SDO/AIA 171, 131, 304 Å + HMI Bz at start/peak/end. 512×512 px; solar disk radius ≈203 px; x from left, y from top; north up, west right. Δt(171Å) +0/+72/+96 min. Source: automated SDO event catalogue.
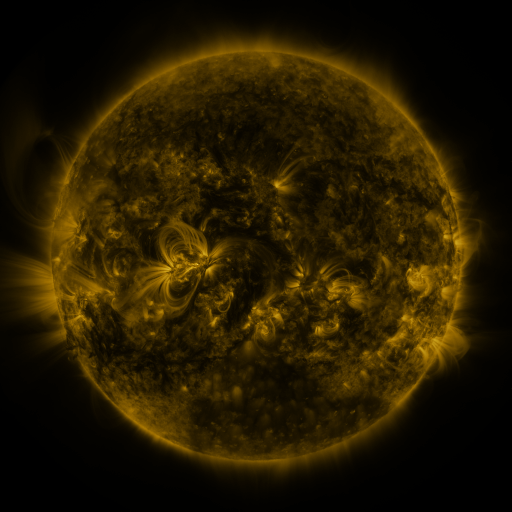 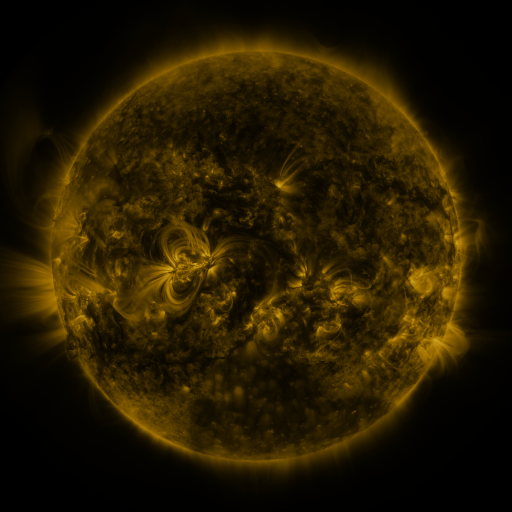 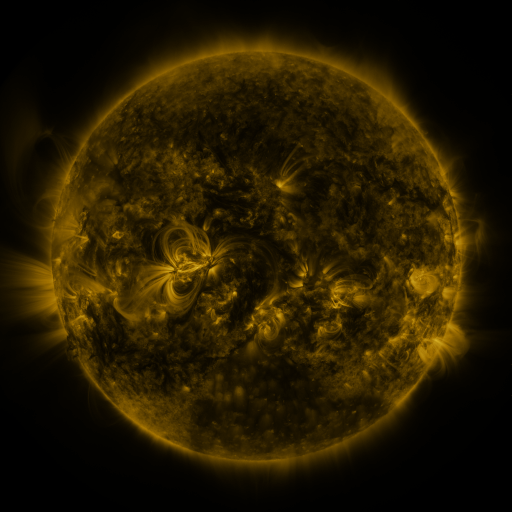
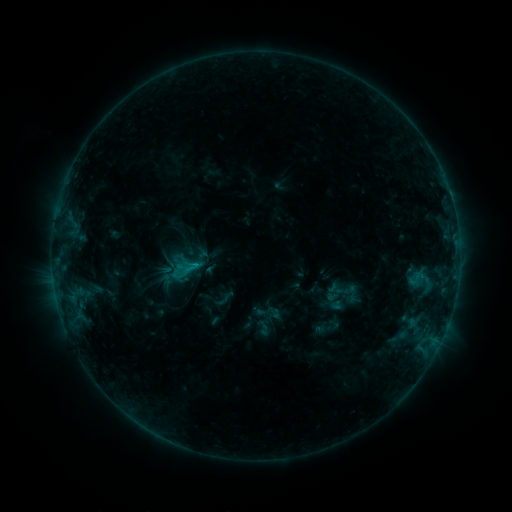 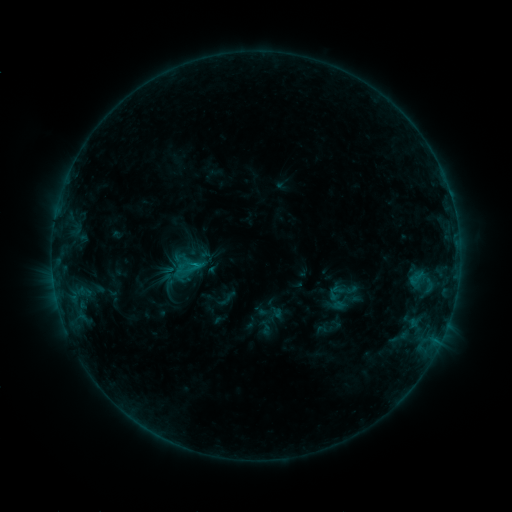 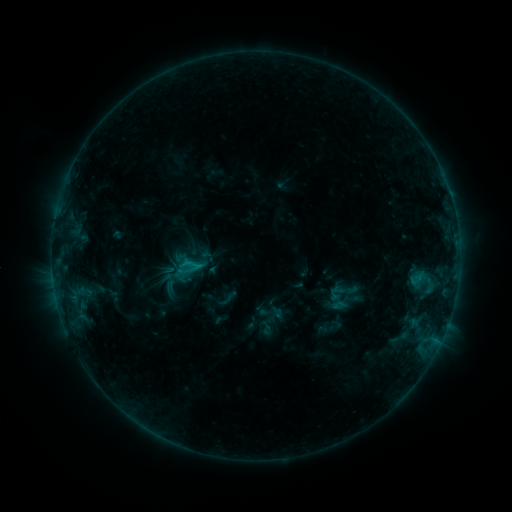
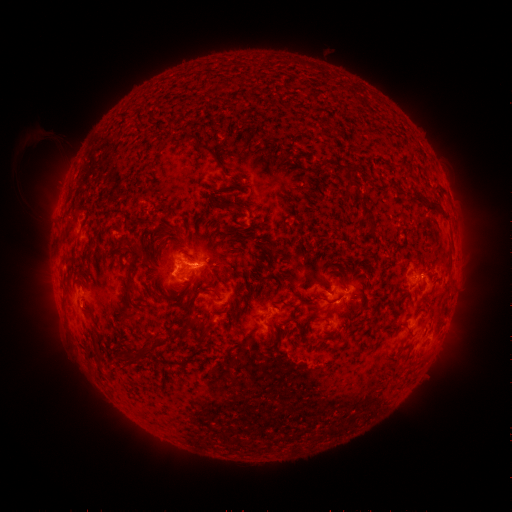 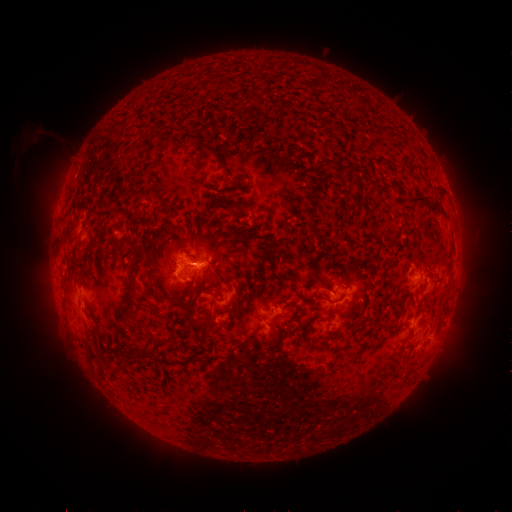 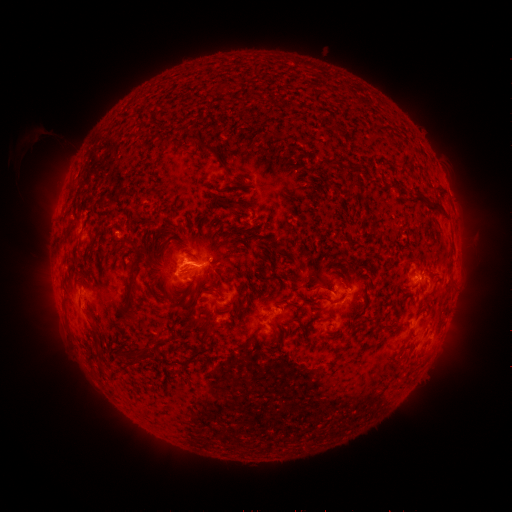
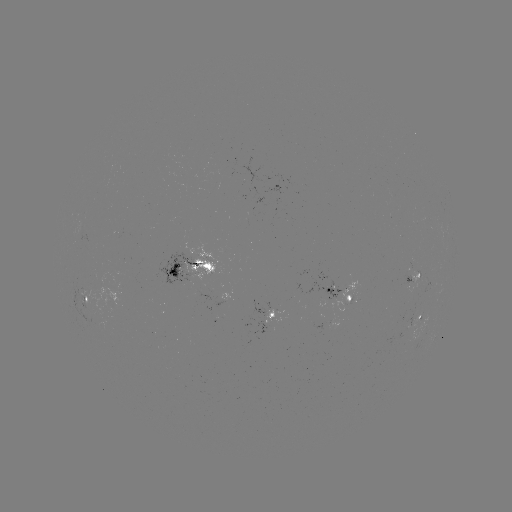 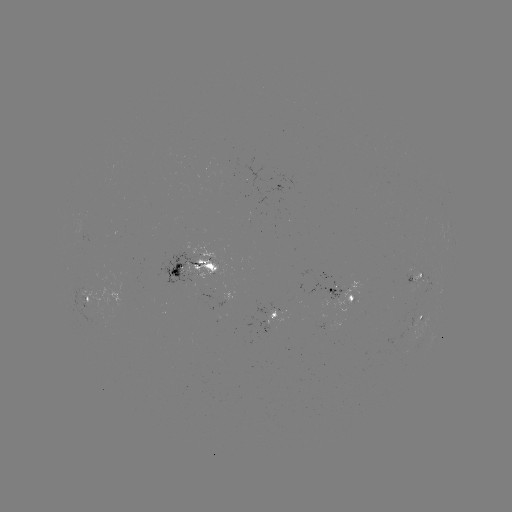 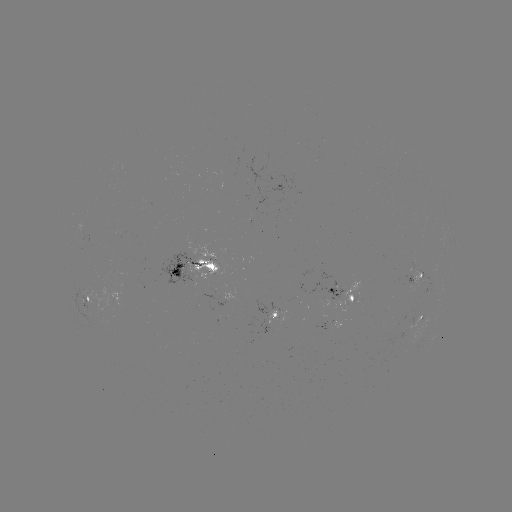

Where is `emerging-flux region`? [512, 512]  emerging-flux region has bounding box [405, 275, 417, 289].